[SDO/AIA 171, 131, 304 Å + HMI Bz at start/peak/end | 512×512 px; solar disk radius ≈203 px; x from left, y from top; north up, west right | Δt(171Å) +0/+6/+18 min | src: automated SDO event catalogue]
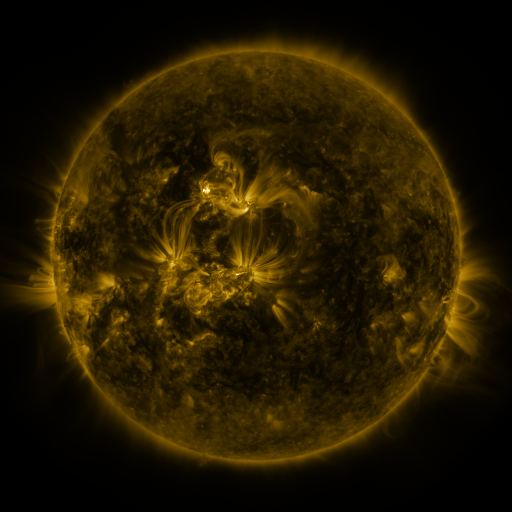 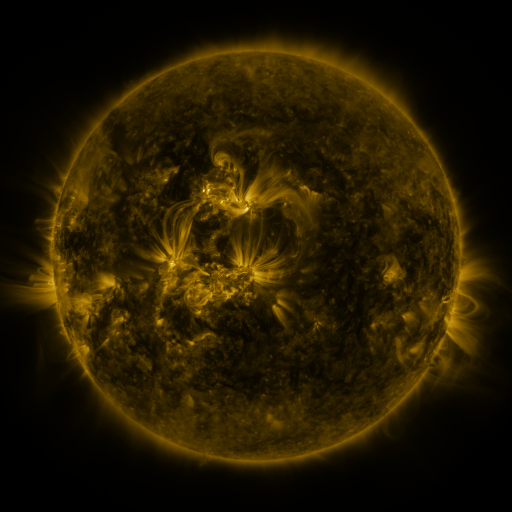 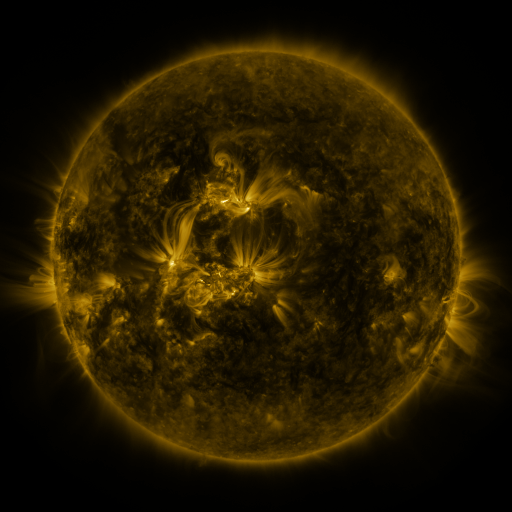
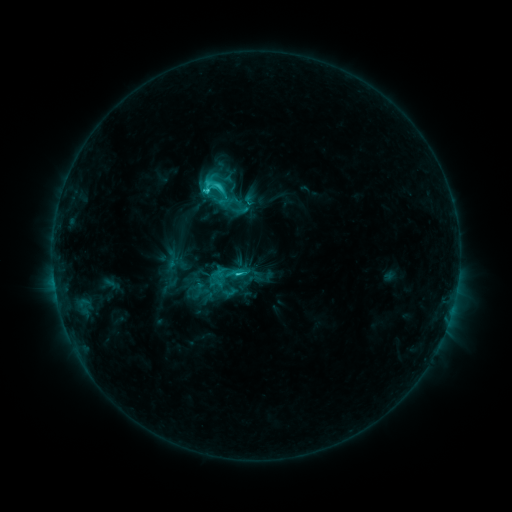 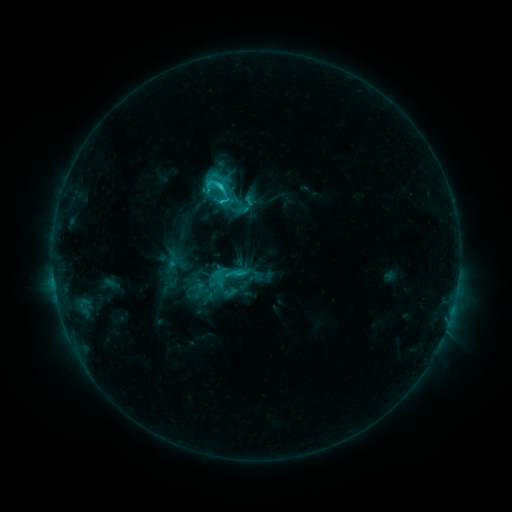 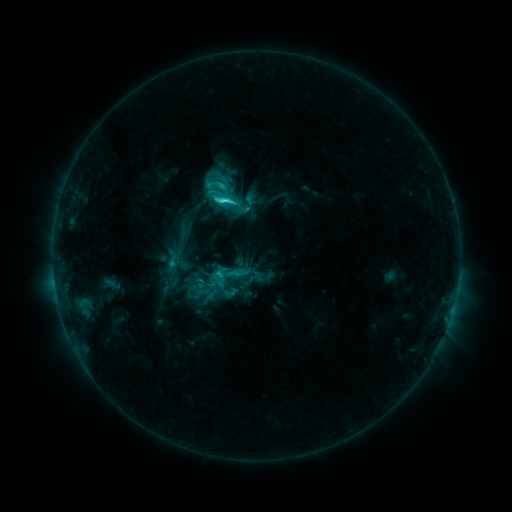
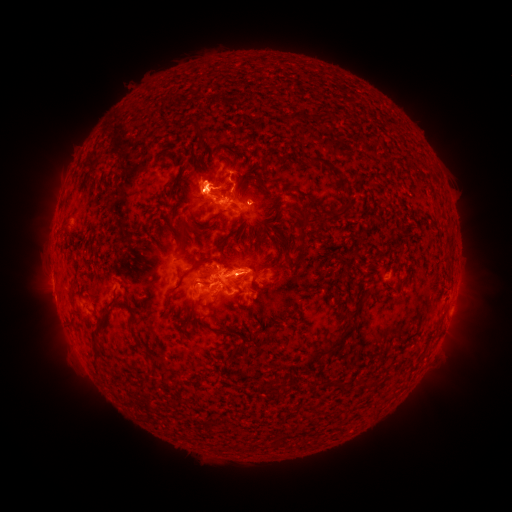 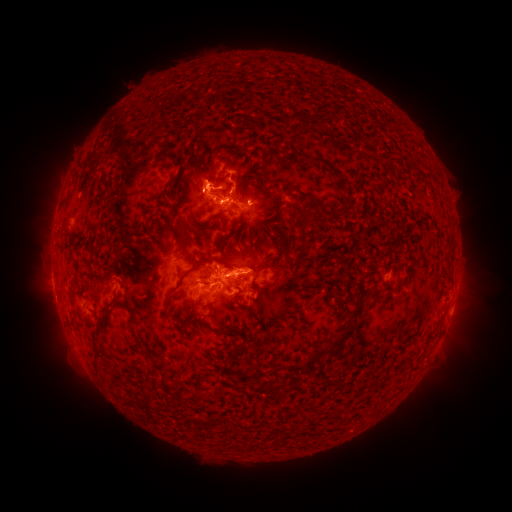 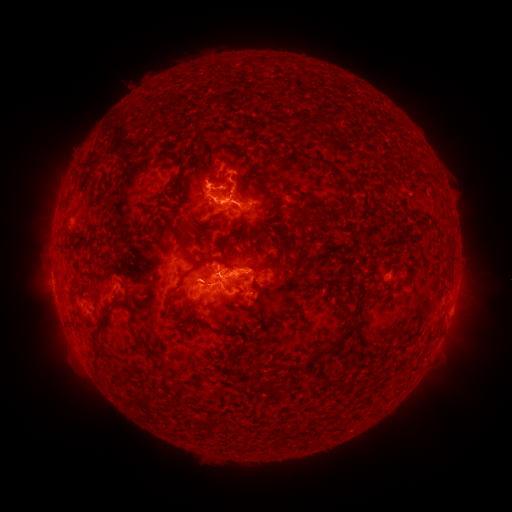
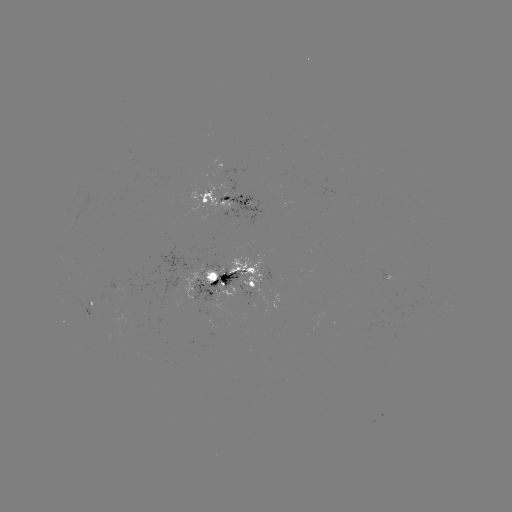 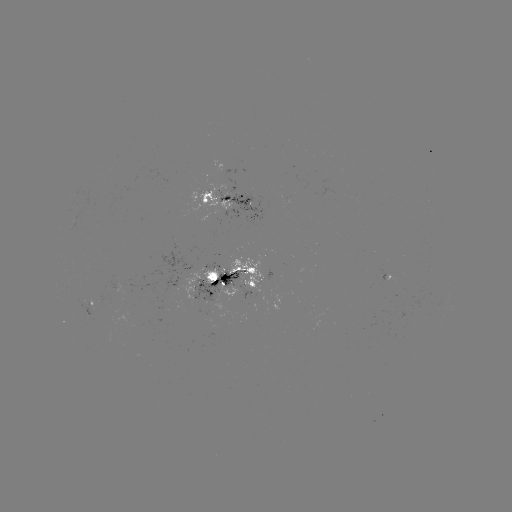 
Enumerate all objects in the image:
C7.8 flare: (224, 203)
